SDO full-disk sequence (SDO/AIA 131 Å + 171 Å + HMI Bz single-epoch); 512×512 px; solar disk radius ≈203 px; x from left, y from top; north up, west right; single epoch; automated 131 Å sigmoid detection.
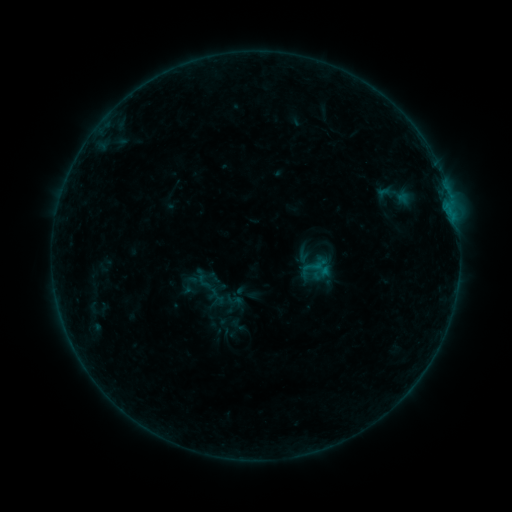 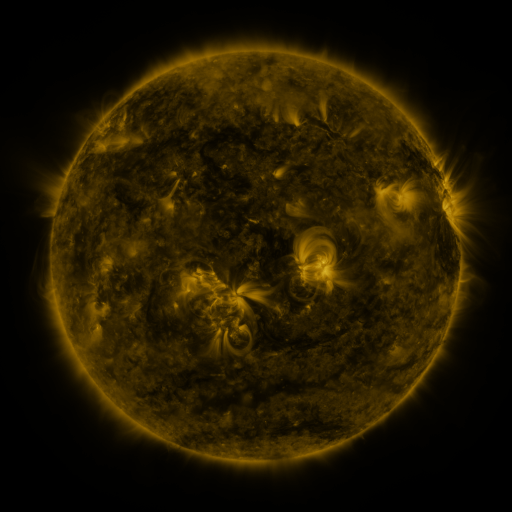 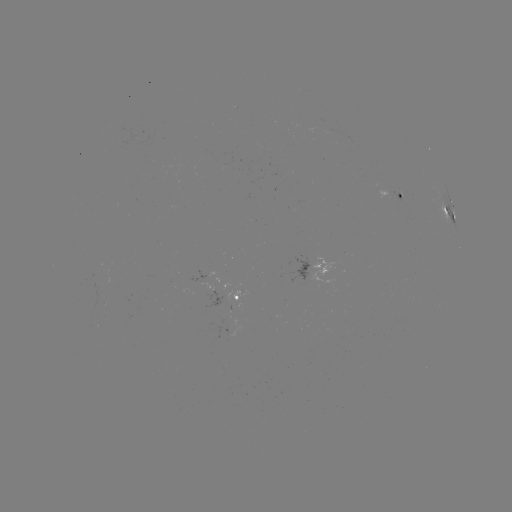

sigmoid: <bbox>311, 258, 331, 279</bbox>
